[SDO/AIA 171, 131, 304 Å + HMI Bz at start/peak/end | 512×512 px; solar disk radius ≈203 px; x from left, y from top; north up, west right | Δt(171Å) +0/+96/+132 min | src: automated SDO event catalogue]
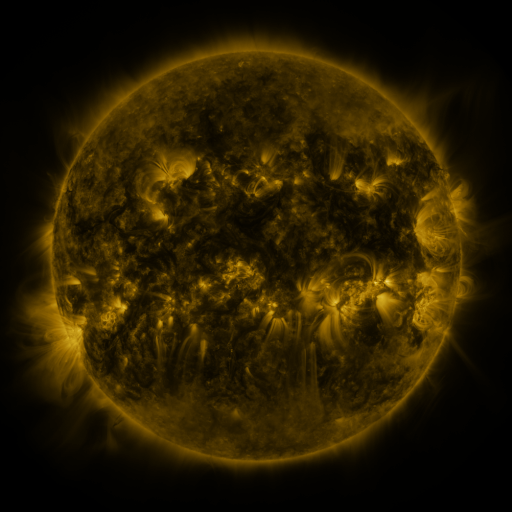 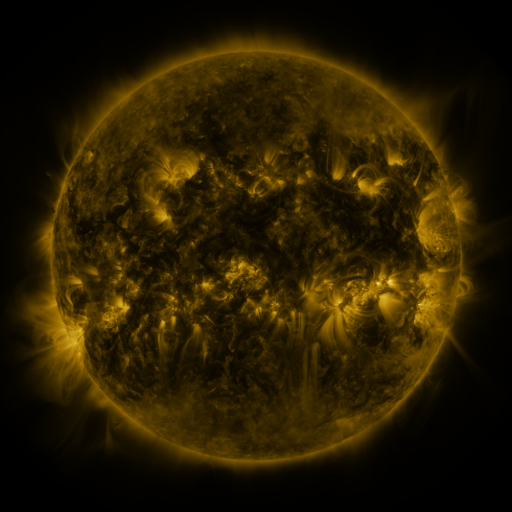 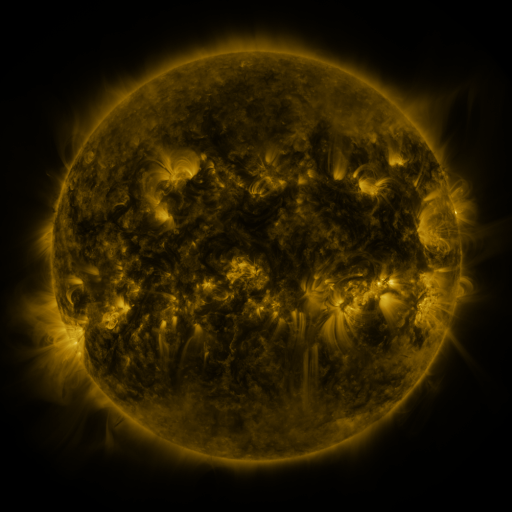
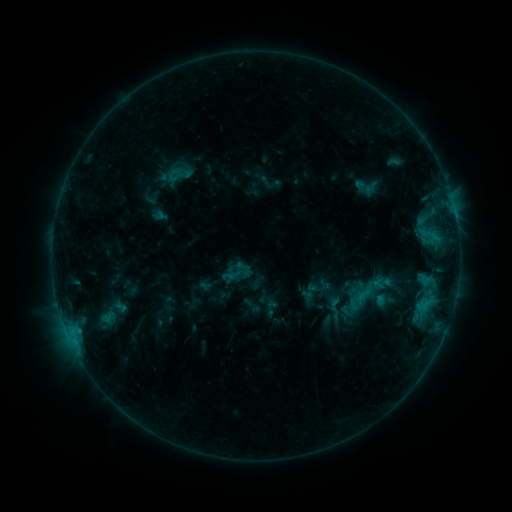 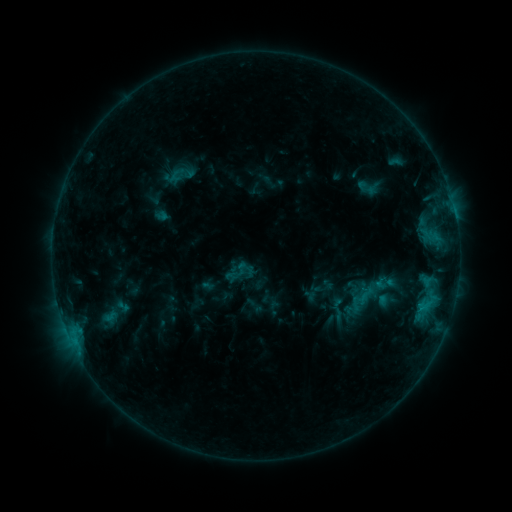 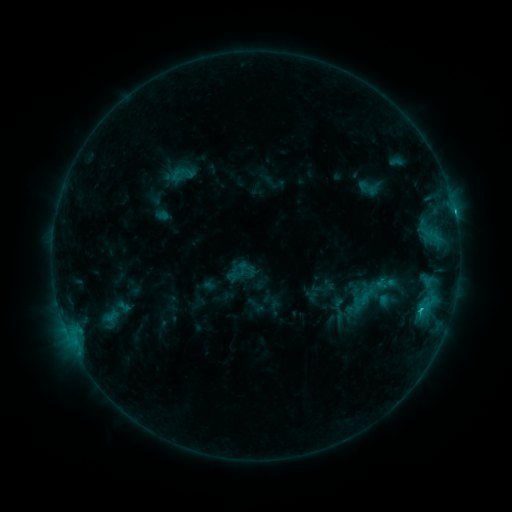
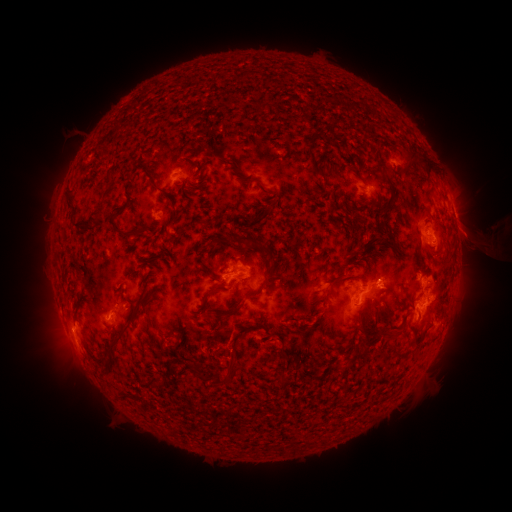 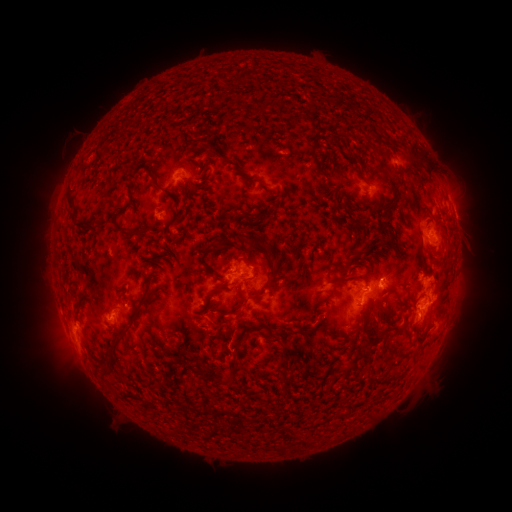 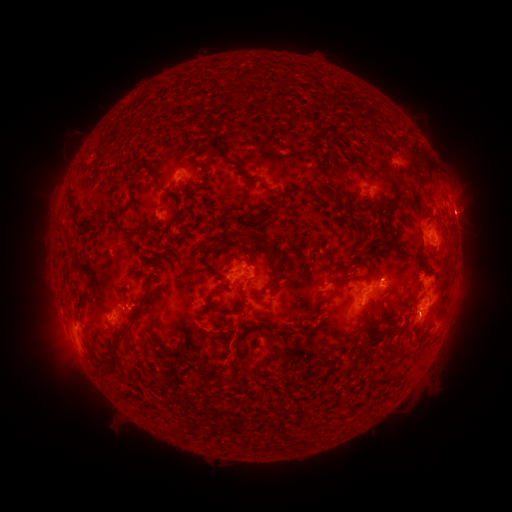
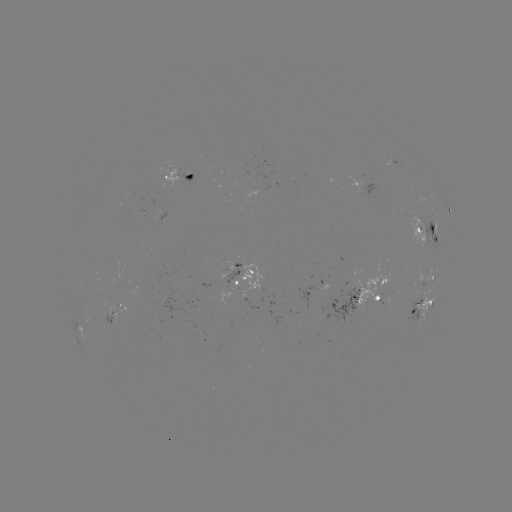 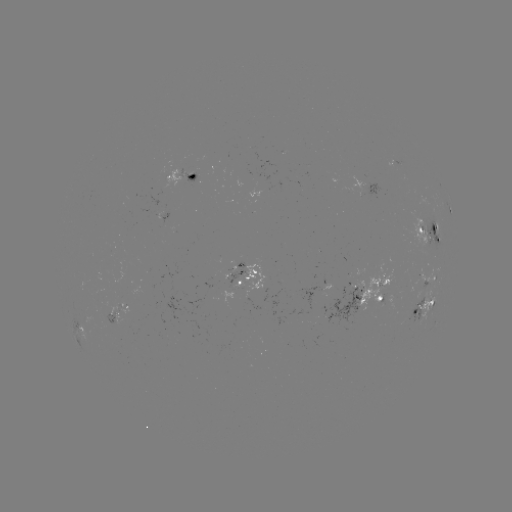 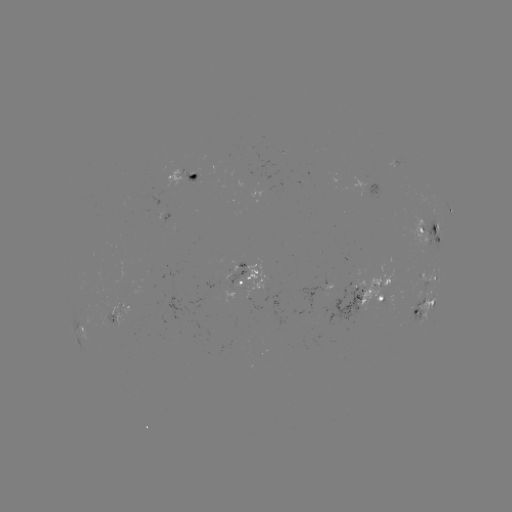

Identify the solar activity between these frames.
emerging-flux region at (135, 205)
